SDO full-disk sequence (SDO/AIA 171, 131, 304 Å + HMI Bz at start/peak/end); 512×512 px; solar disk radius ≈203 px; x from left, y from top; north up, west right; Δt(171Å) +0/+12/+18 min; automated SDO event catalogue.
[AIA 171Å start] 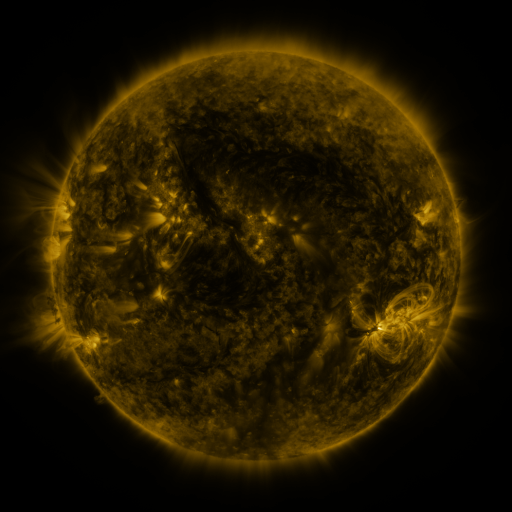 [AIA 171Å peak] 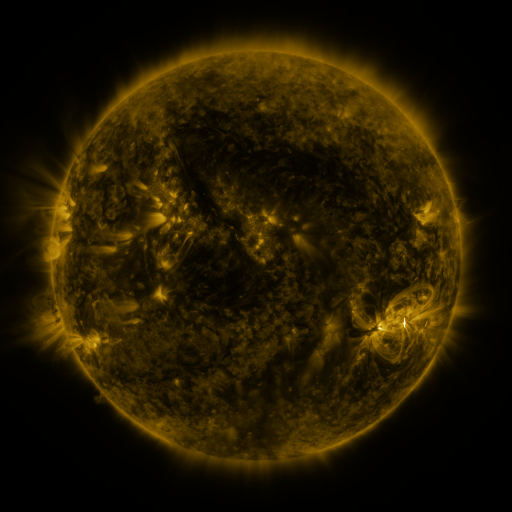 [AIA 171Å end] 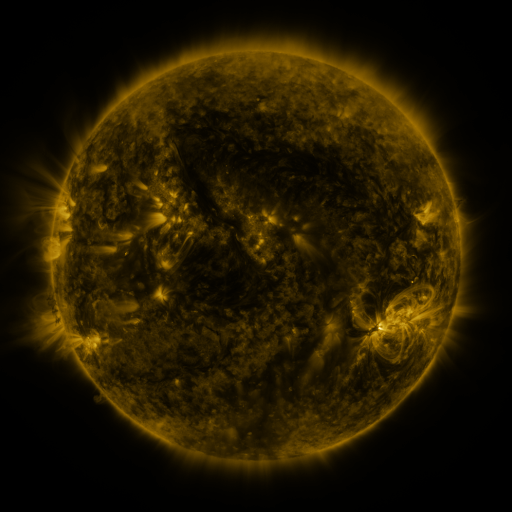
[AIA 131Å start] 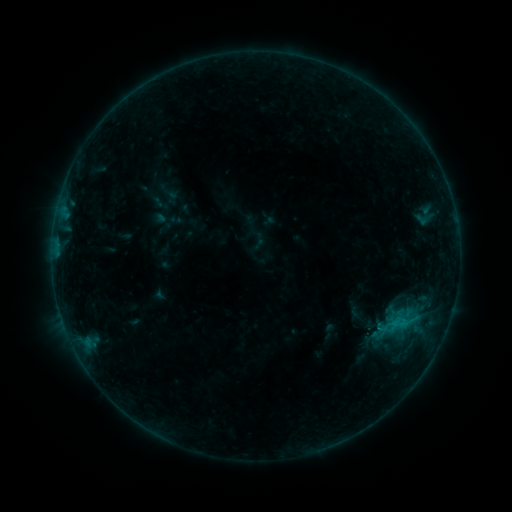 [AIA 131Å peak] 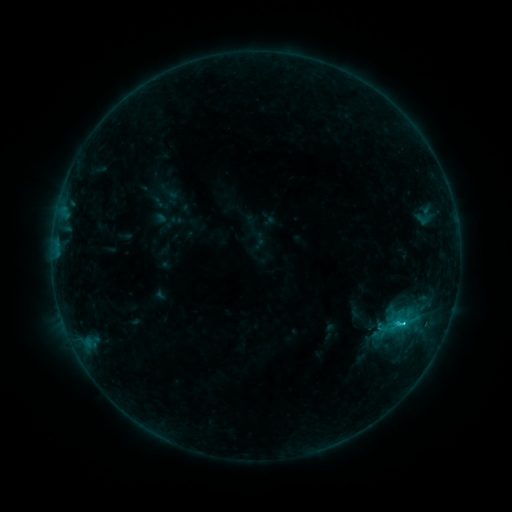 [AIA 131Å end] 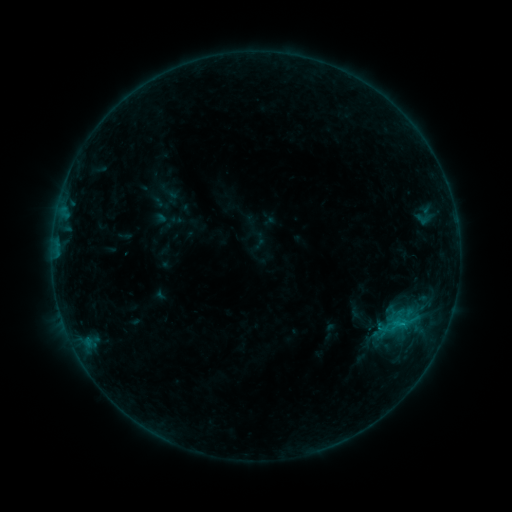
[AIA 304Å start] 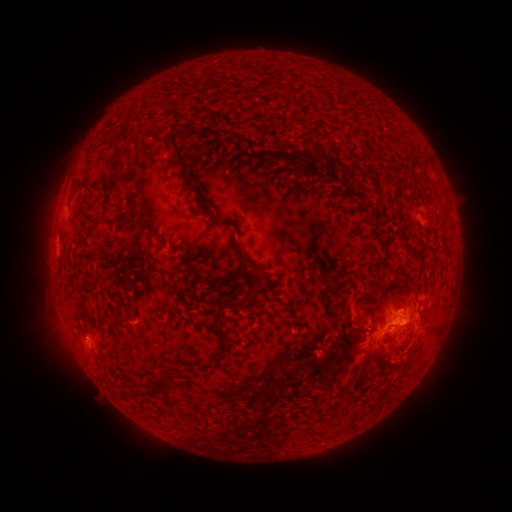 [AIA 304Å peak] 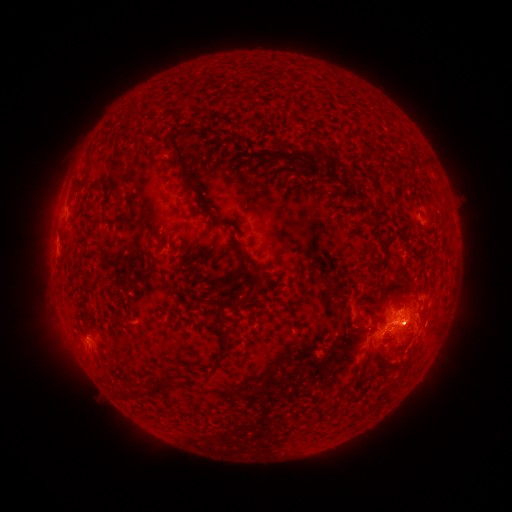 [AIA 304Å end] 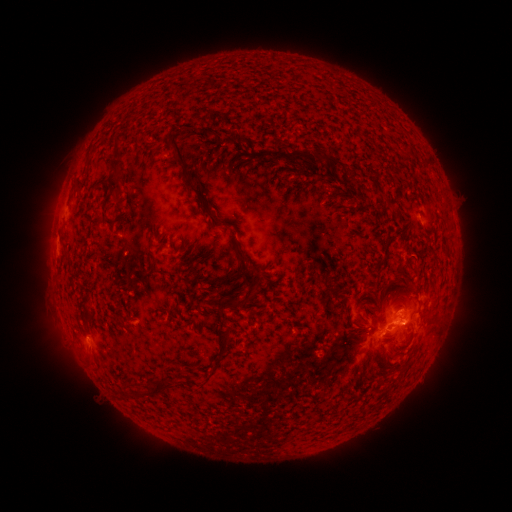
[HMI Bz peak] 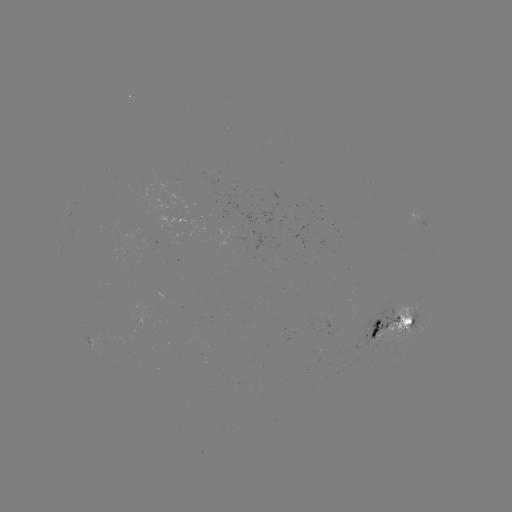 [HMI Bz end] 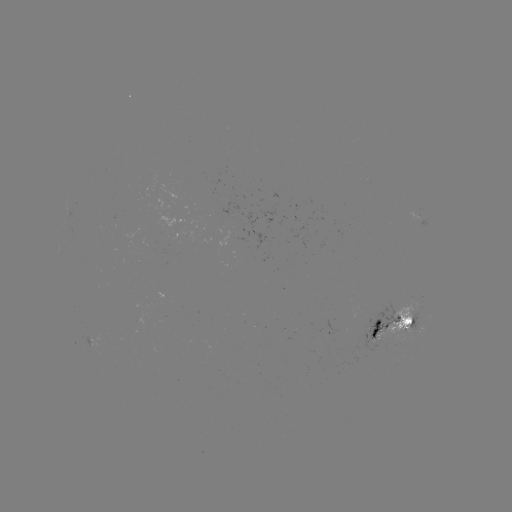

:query C1.0 flare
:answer (400, 321)